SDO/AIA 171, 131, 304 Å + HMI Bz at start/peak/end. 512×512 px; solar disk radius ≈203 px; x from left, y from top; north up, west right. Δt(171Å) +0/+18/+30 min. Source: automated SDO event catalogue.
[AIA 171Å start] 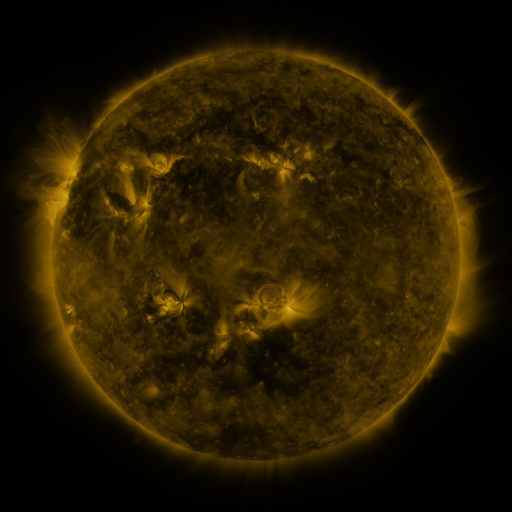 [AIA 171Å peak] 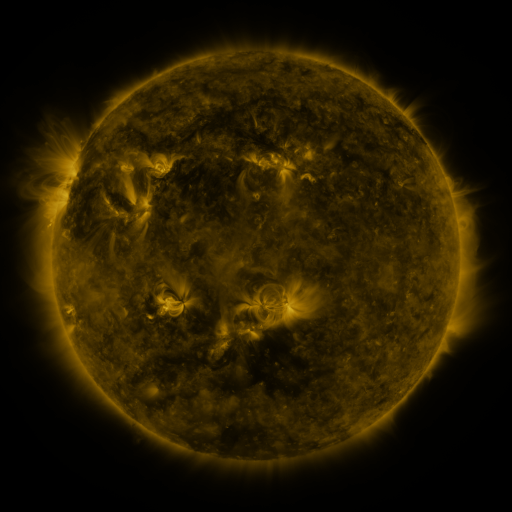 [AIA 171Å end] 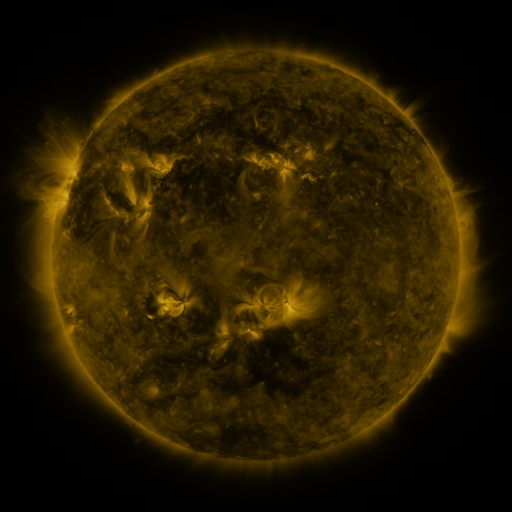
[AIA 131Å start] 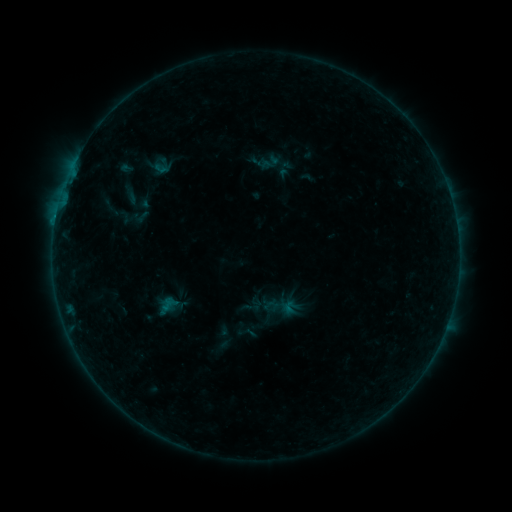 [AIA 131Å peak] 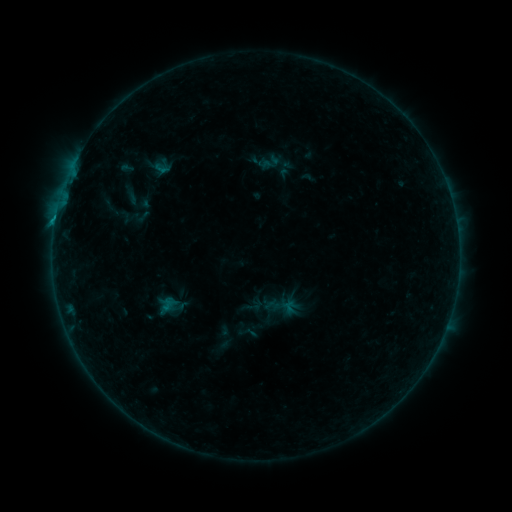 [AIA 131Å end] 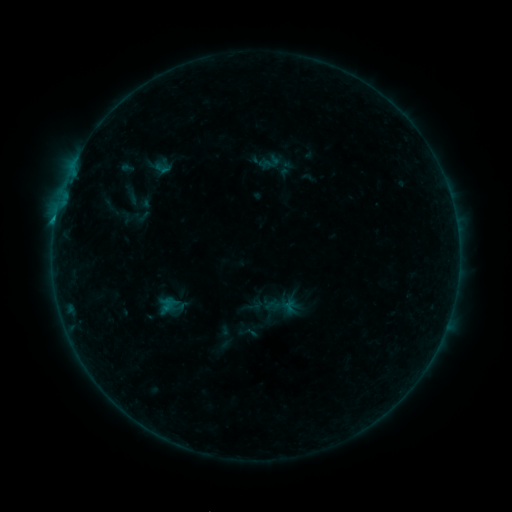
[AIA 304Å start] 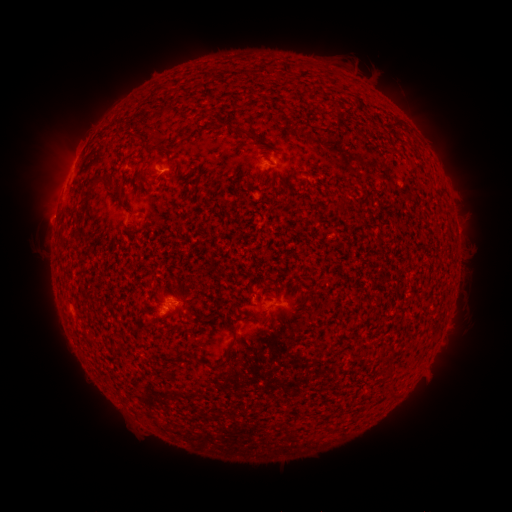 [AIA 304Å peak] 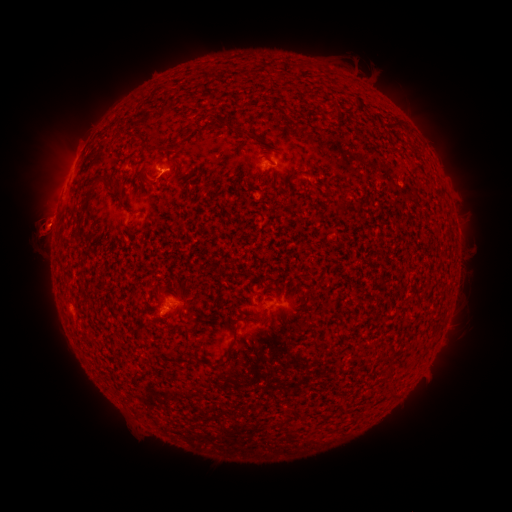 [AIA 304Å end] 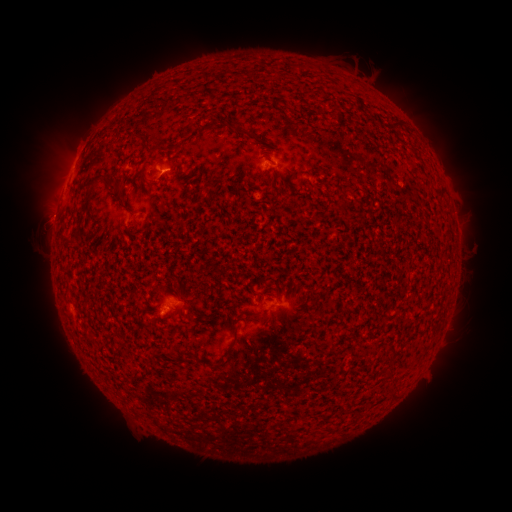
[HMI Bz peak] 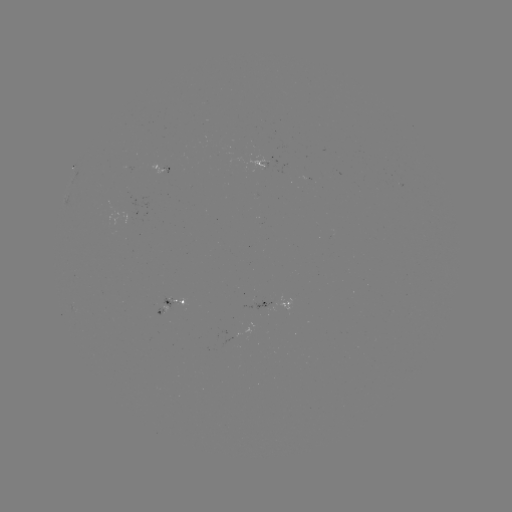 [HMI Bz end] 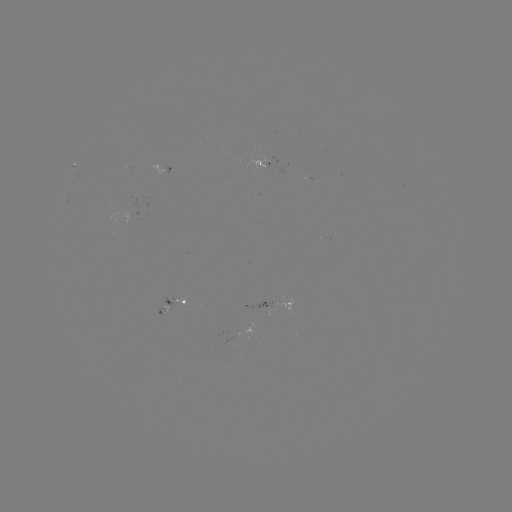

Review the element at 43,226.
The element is eruption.